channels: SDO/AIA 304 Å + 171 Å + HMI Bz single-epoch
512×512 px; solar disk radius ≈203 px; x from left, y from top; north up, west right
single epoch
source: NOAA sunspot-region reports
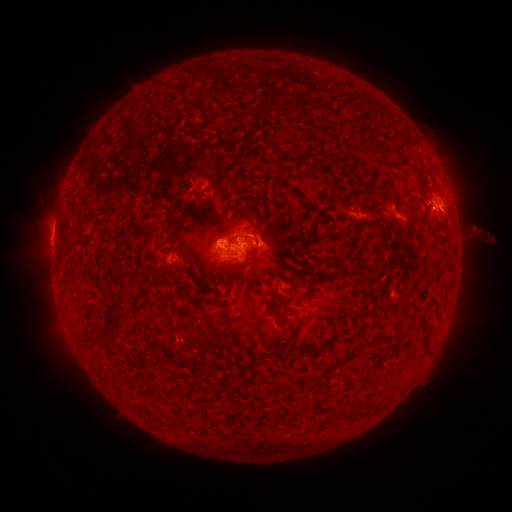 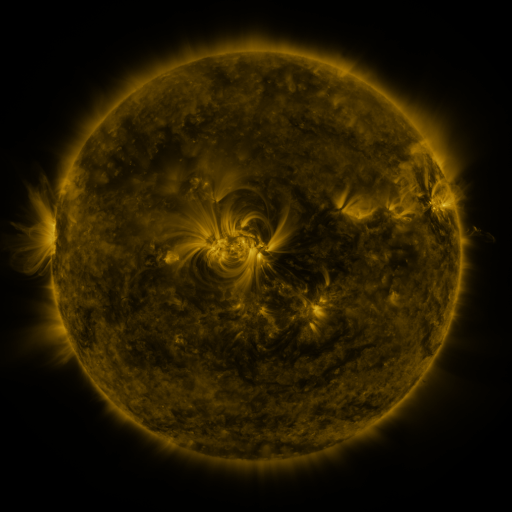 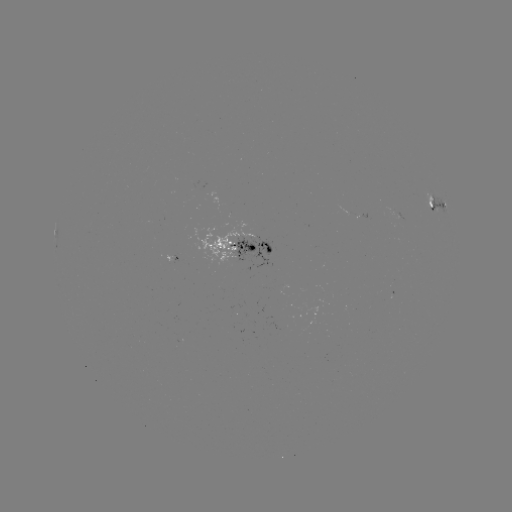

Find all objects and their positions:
spotted active region: (438, 205)
spotted active region: (245, 249)
spotted active region: (176, 258)
